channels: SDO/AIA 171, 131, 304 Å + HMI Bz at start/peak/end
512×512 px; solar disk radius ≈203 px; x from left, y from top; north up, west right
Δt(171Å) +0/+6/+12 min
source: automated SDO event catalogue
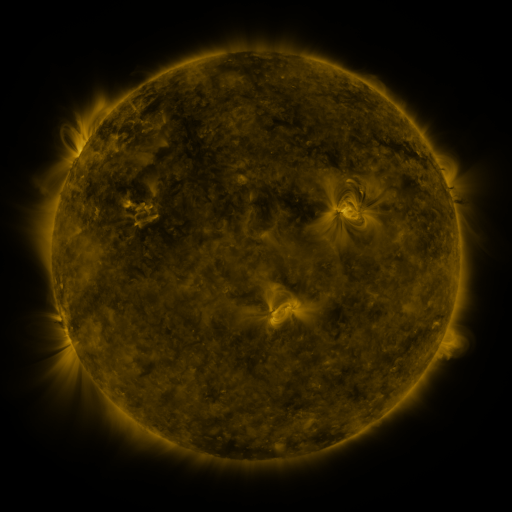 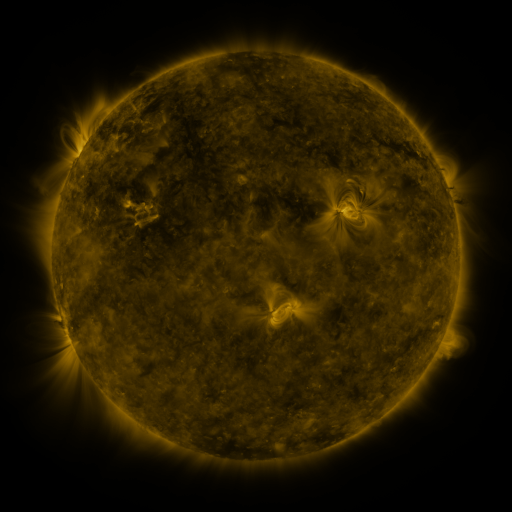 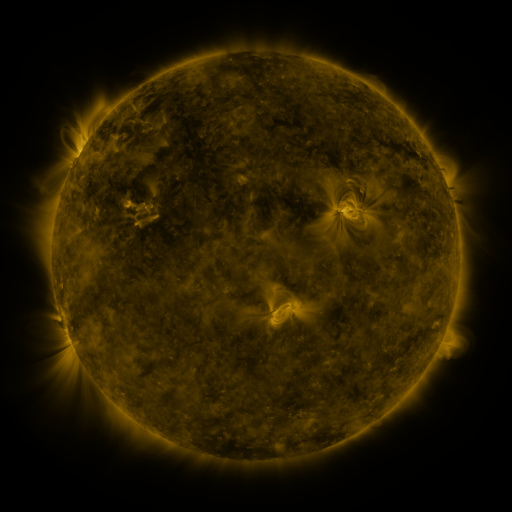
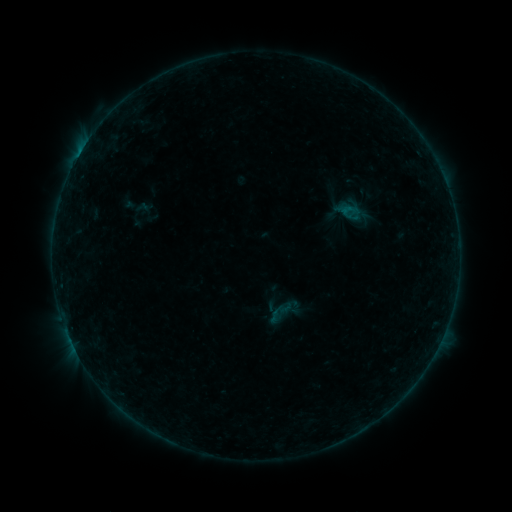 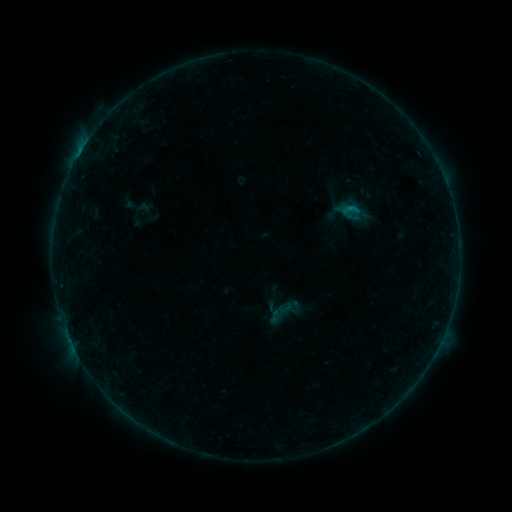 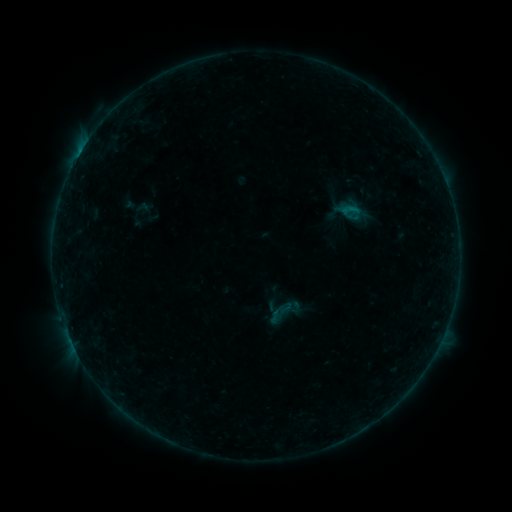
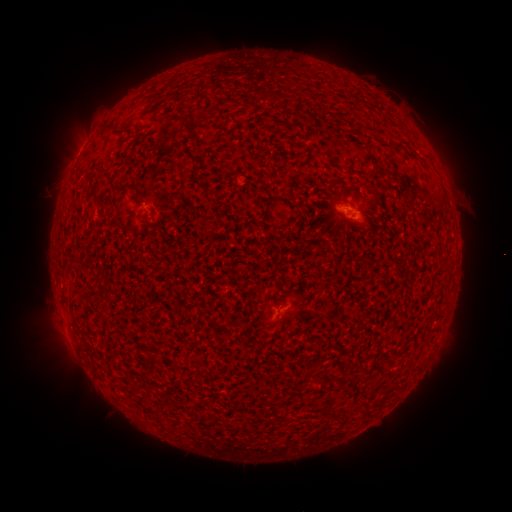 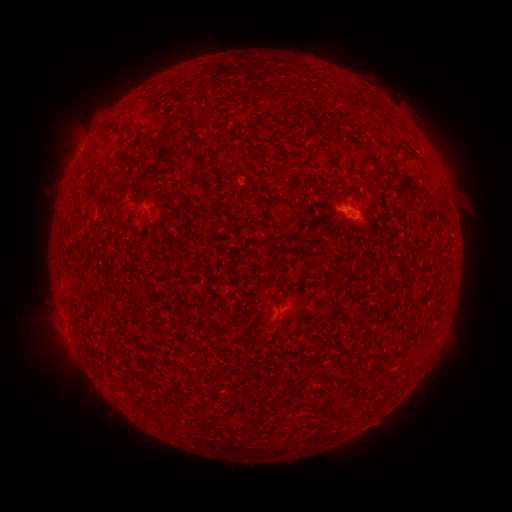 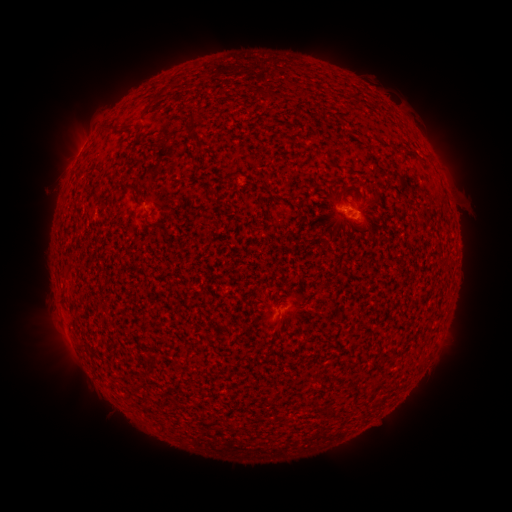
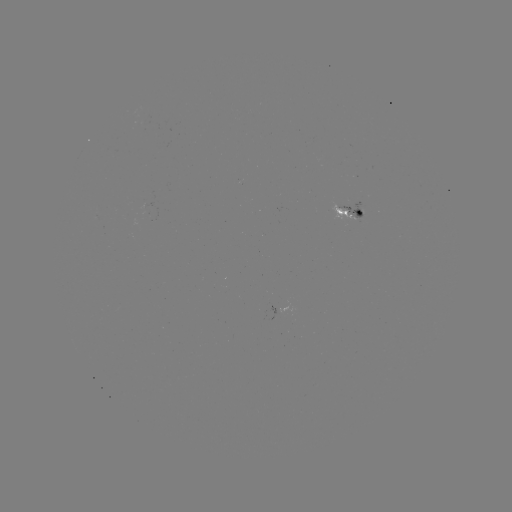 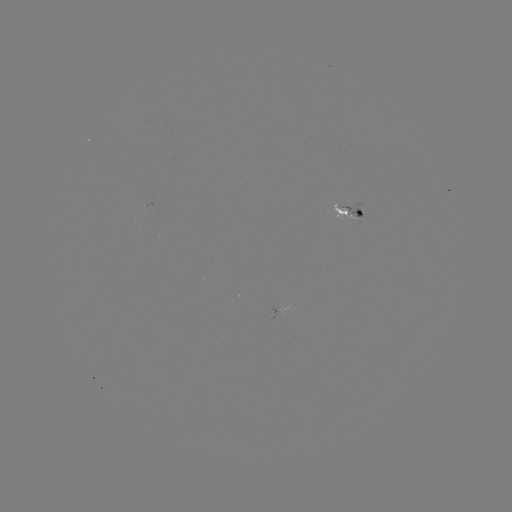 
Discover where B2.6 flare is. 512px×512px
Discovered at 343,212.